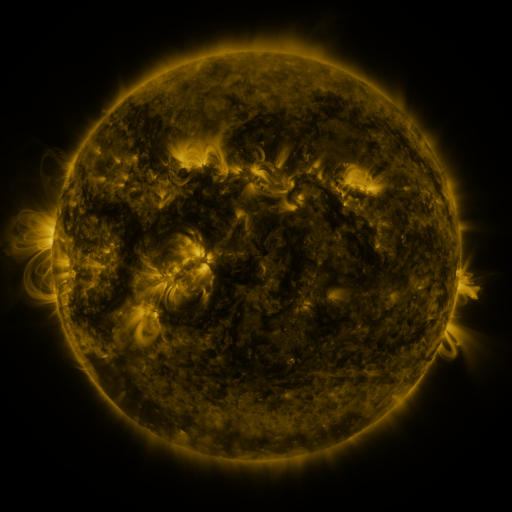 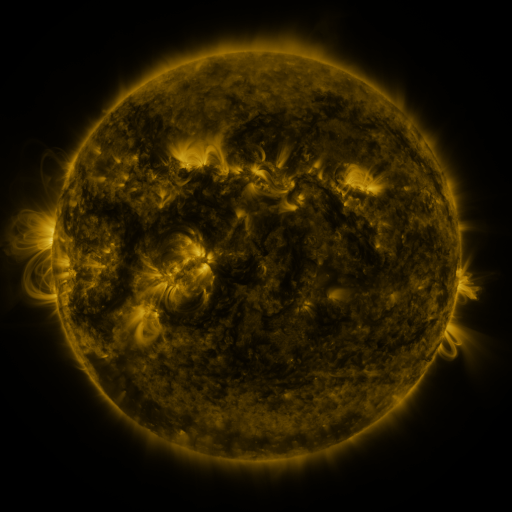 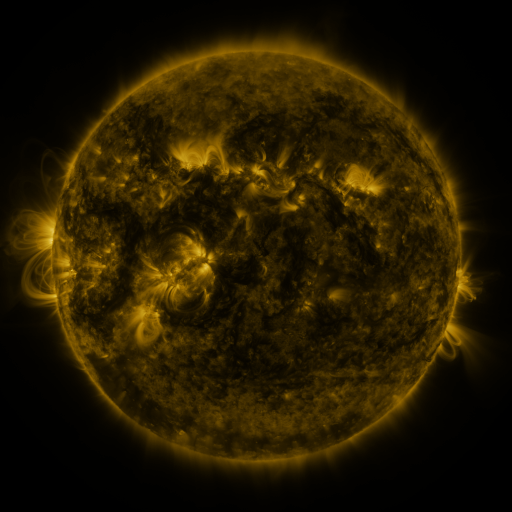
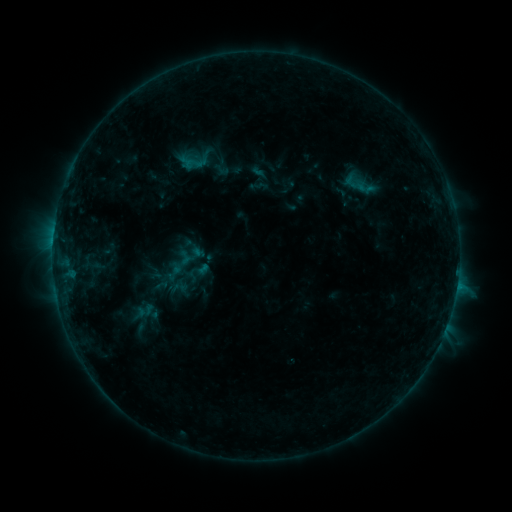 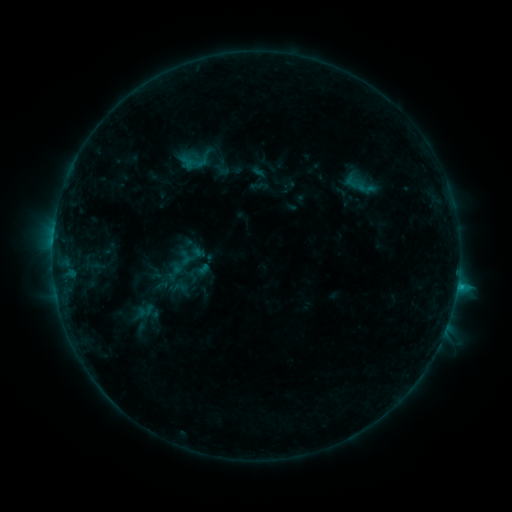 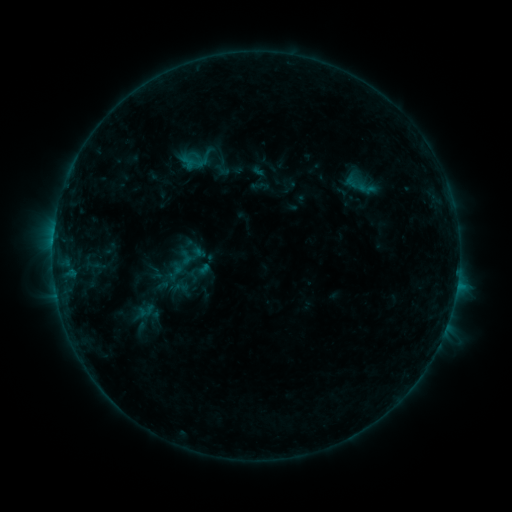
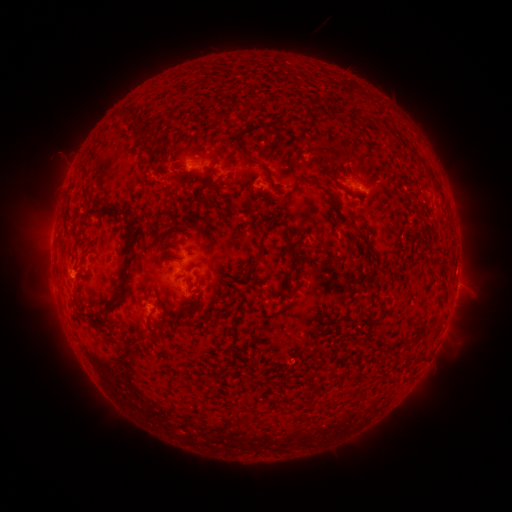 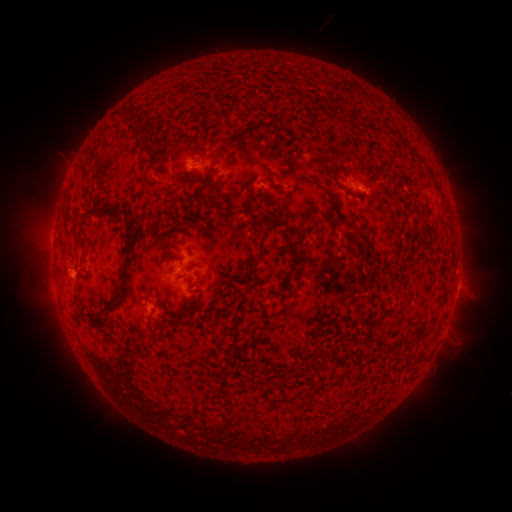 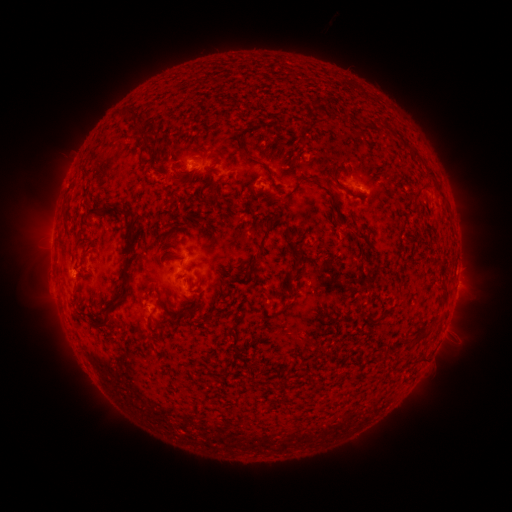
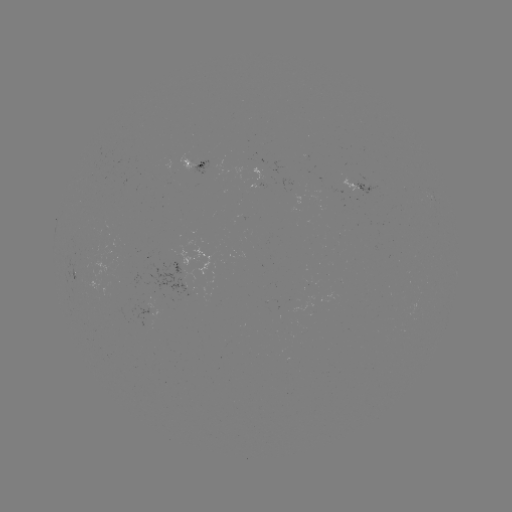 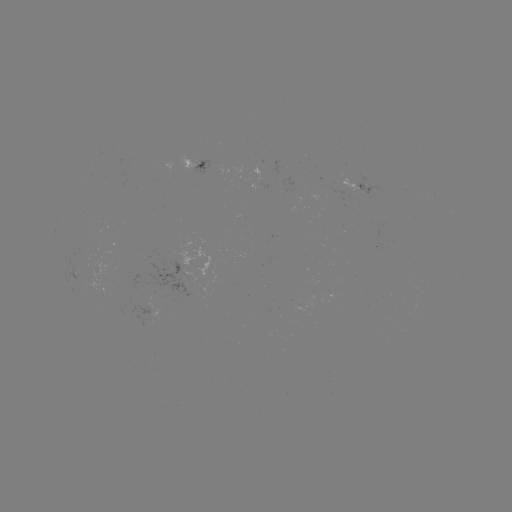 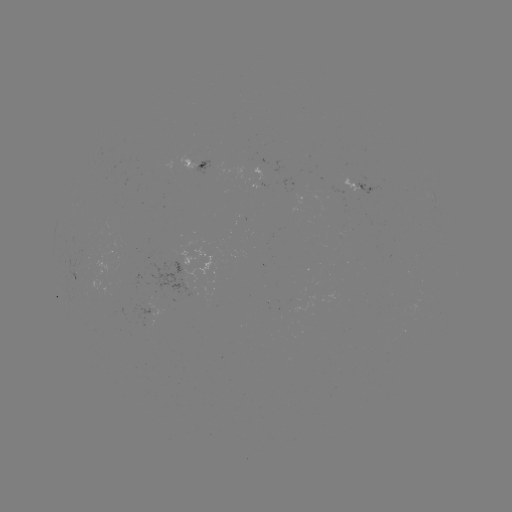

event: flare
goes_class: C1.1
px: (457, 283)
